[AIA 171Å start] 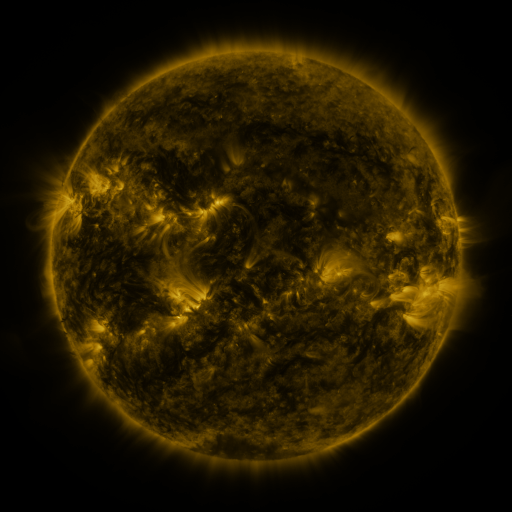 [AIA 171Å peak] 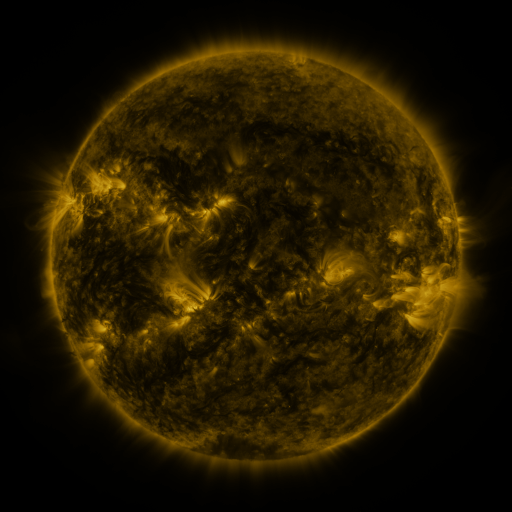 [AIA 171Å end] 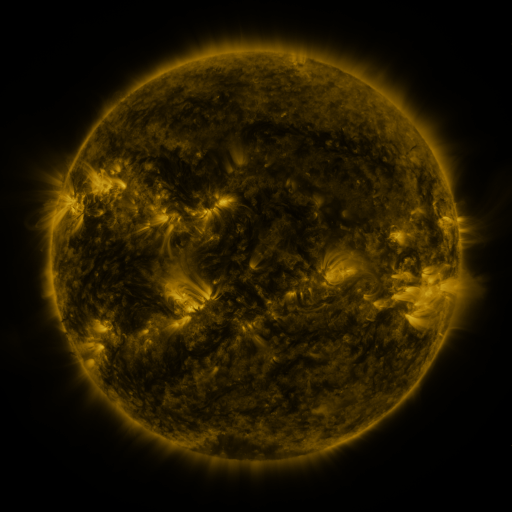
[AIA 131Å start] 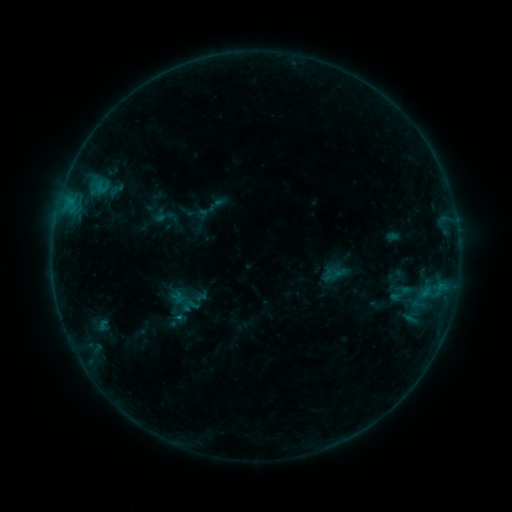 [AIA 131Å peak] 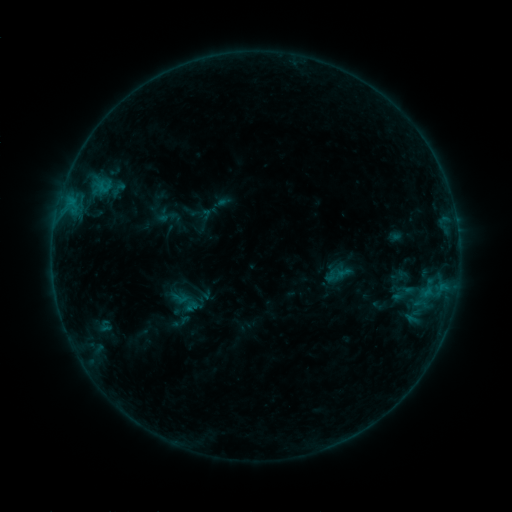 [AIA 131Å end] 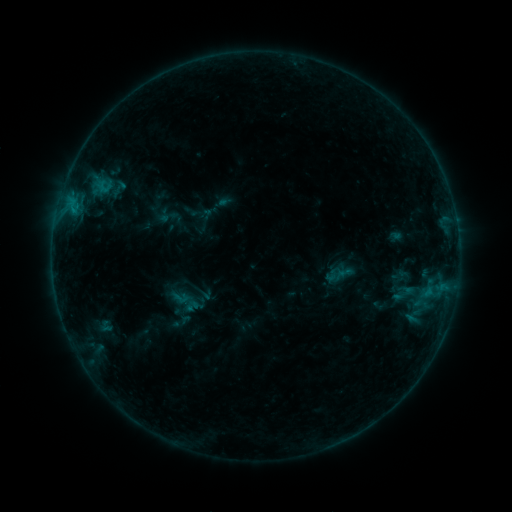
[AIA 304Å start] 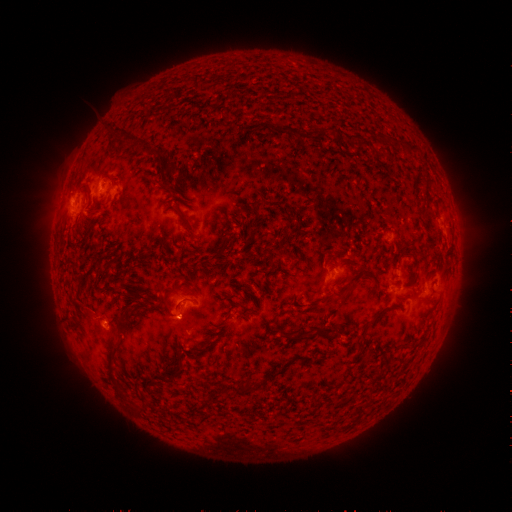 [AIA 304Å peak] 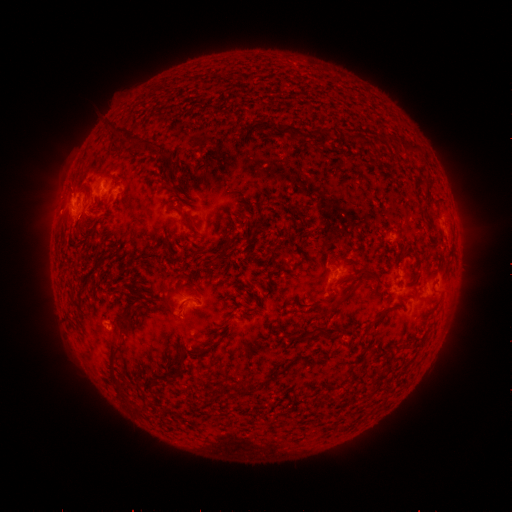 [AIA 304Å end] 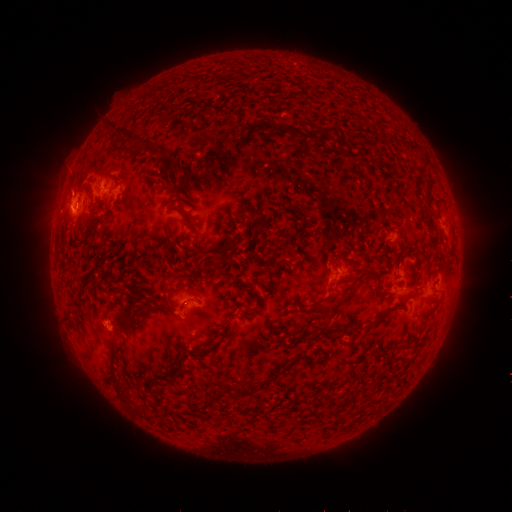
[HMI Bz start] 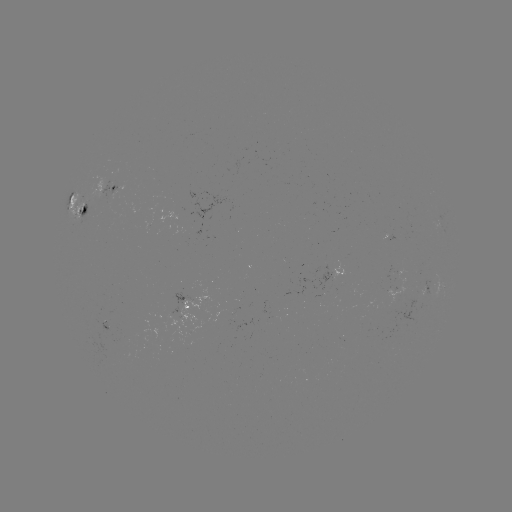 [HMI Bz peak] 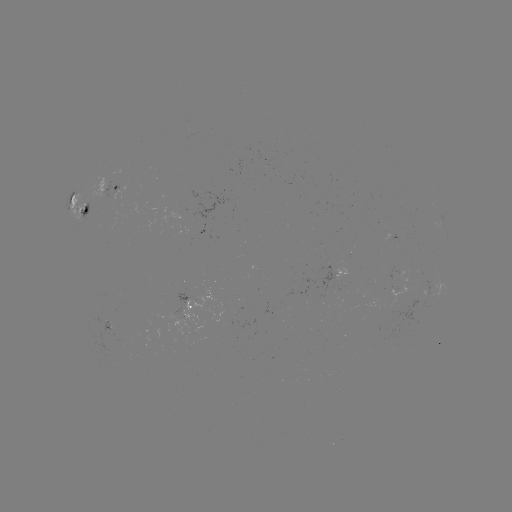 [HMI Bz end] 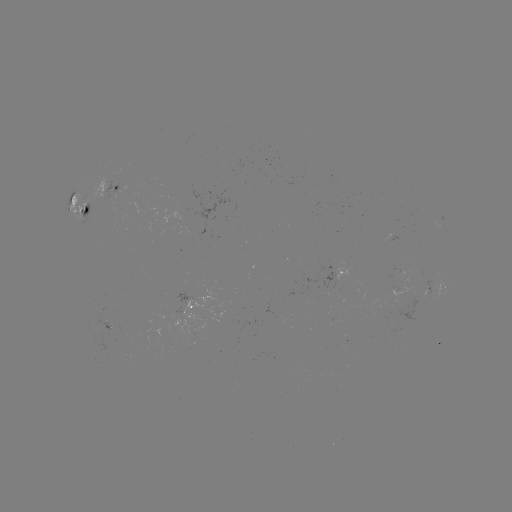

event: emerging-flux region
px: (108, 327)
